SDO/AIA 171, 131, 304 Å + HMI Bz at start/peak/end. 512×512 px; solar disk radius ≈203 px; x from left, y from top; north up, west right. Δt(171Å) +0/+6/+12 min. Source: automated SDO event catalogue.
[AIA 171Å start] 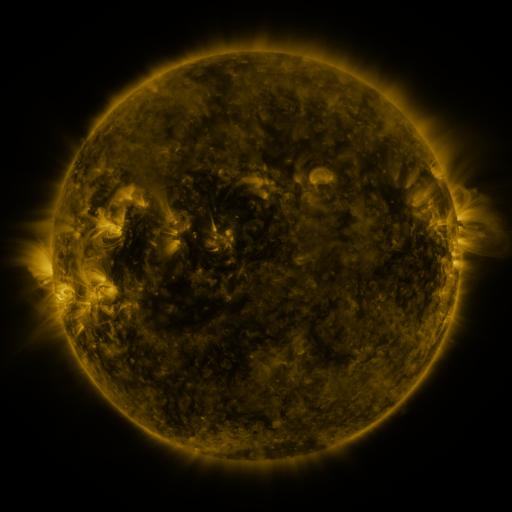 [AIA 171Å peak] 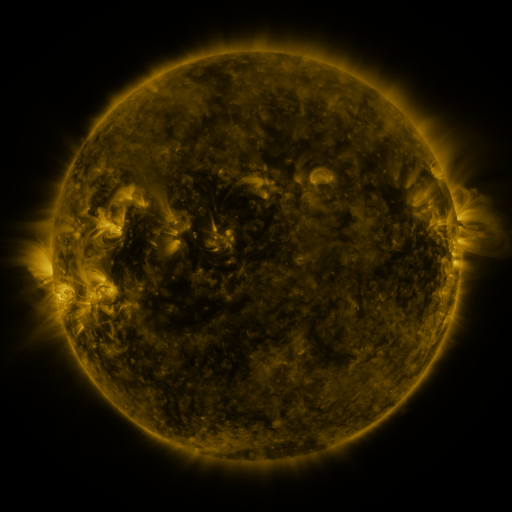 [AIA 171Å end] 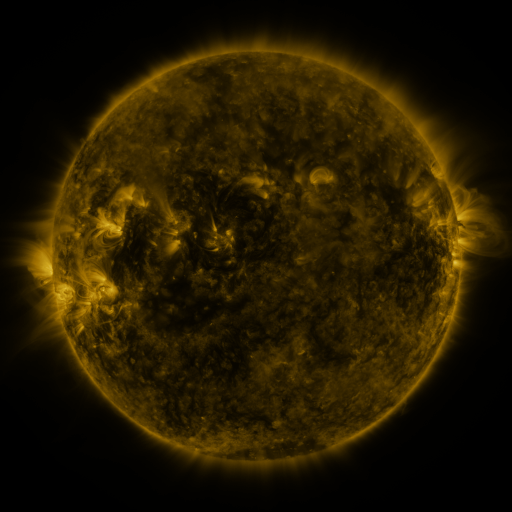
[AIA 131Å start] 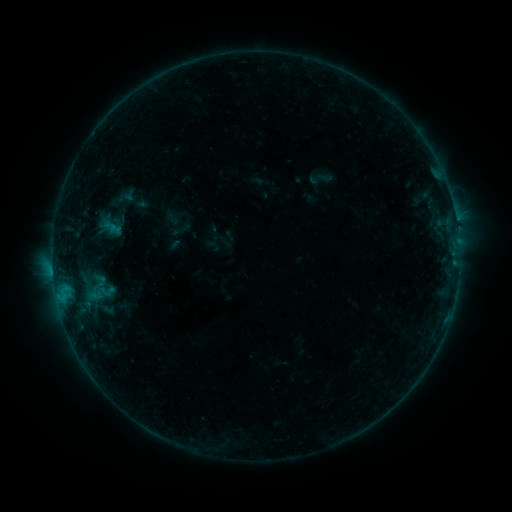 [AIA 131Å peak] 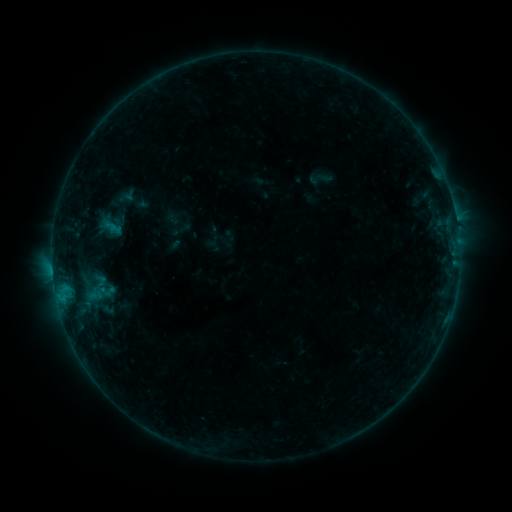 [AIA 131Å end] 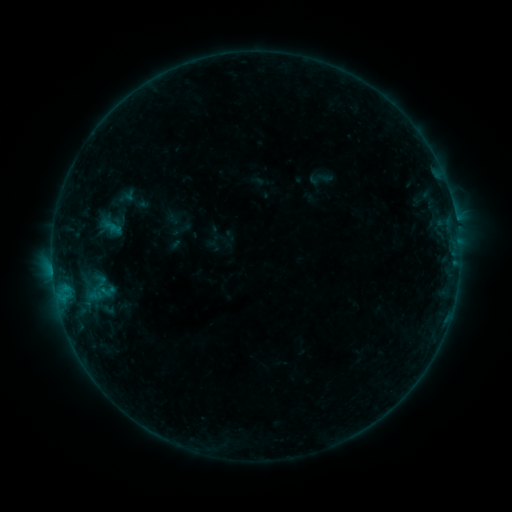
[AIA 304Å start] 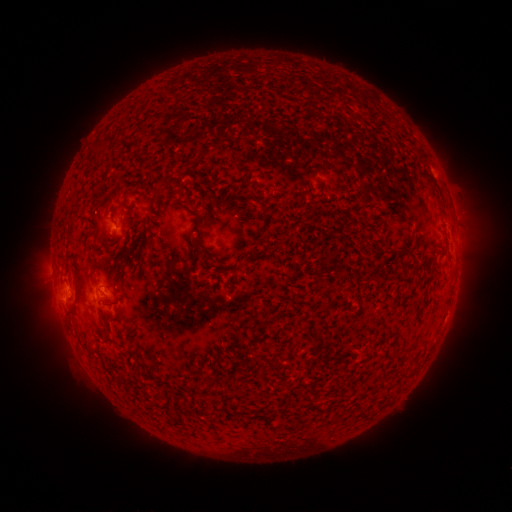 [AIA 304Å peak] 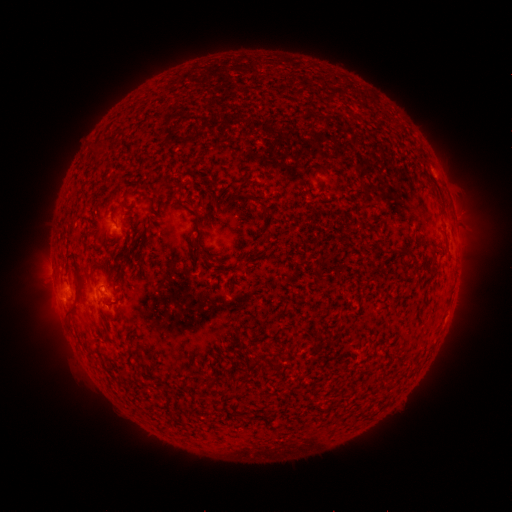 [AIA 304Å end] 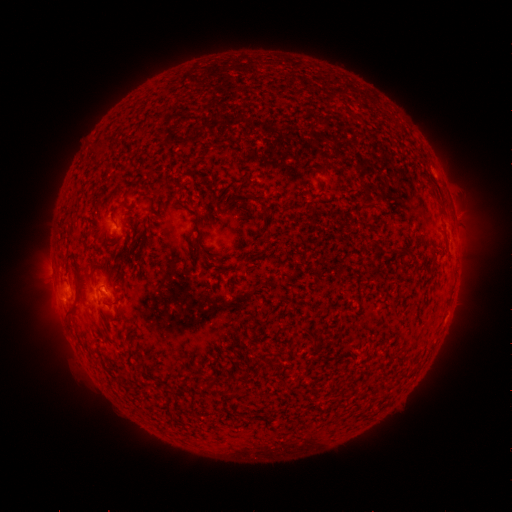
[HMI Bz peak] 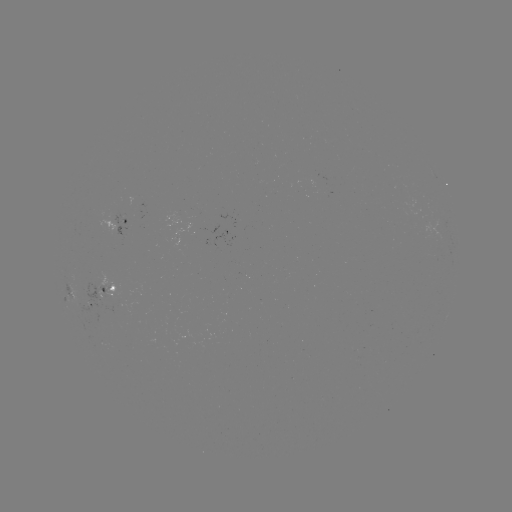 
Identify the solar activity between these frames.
B7.4 flare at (104, 288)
